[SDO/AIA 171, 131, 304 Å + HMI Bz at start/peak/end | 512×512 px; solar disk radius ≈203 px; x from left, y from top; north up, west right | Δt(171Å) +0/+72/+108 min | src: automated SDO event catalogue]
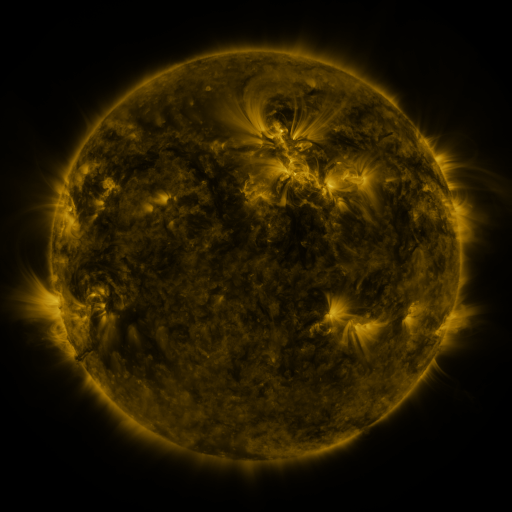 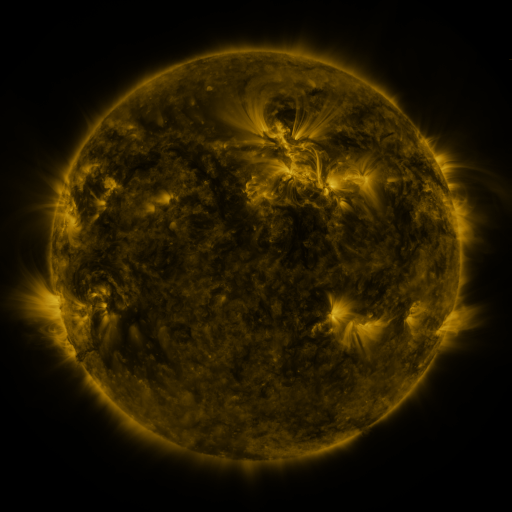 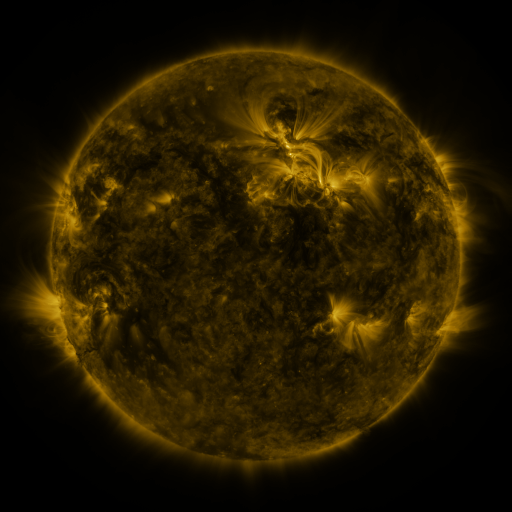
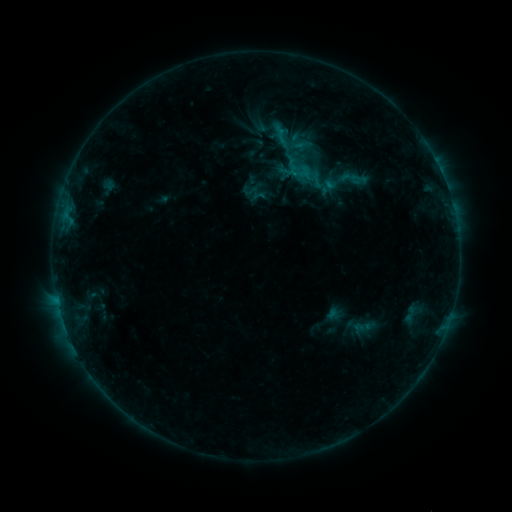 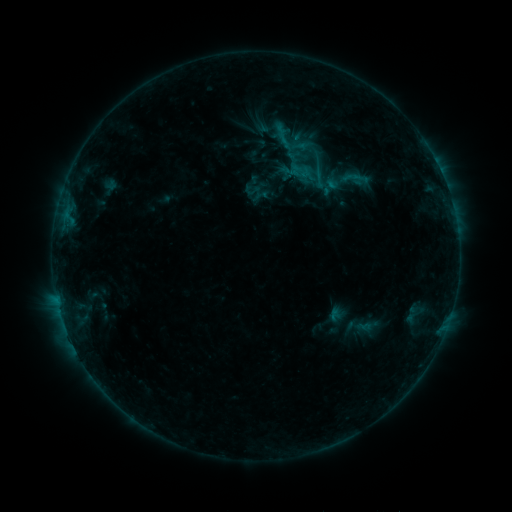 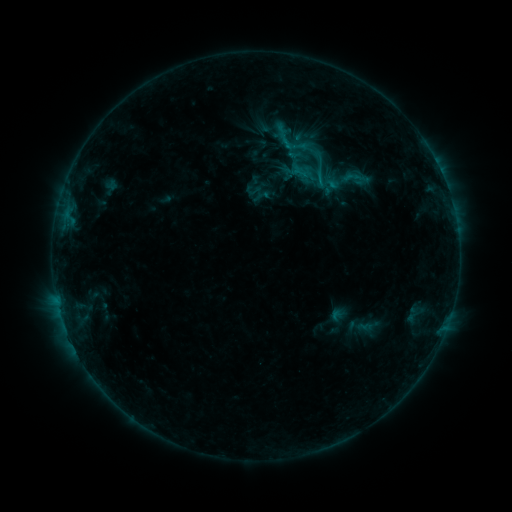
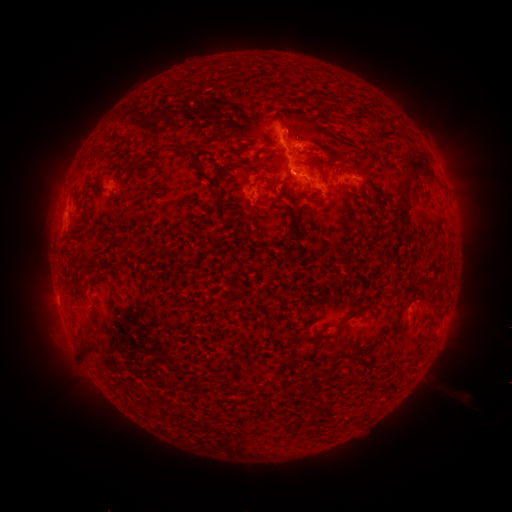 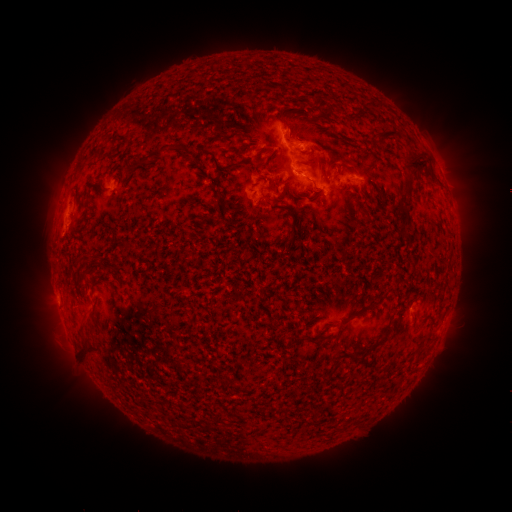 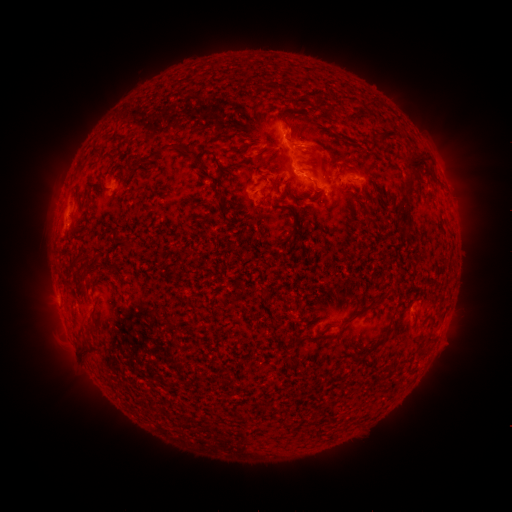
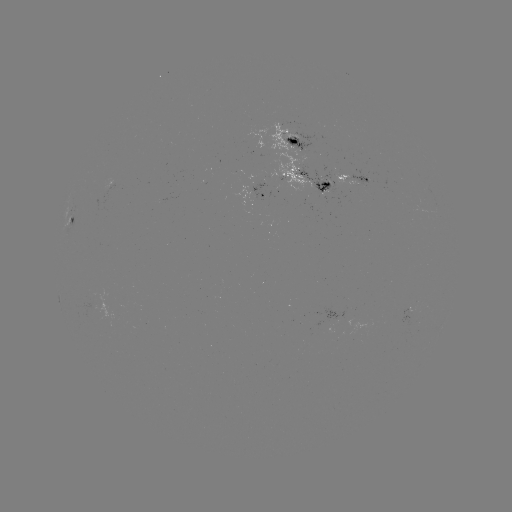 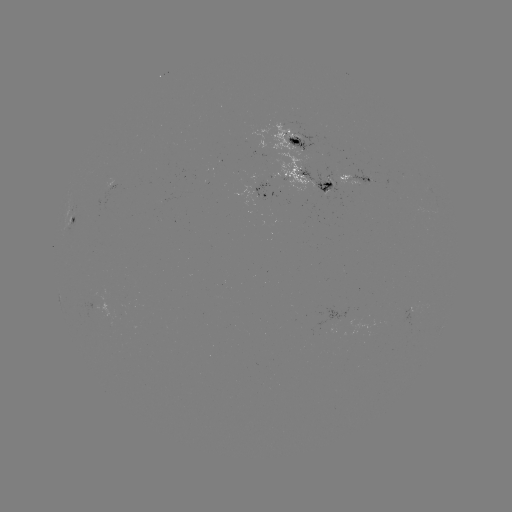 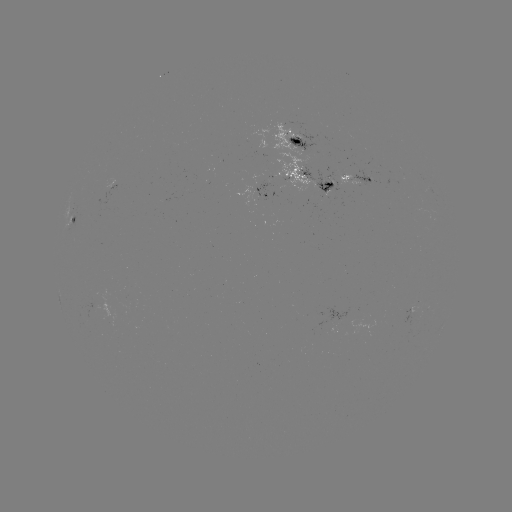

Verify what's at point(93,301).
emerging-flux region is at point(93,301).